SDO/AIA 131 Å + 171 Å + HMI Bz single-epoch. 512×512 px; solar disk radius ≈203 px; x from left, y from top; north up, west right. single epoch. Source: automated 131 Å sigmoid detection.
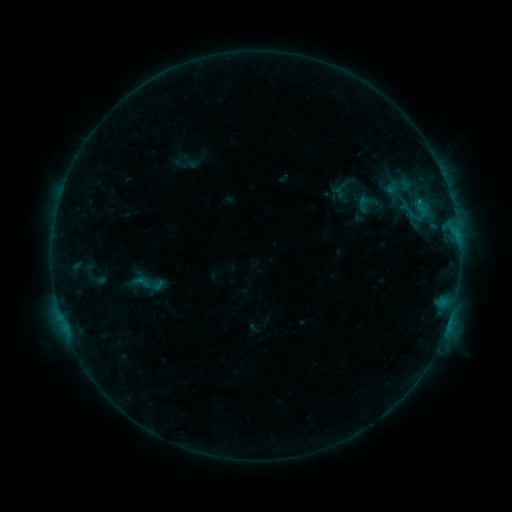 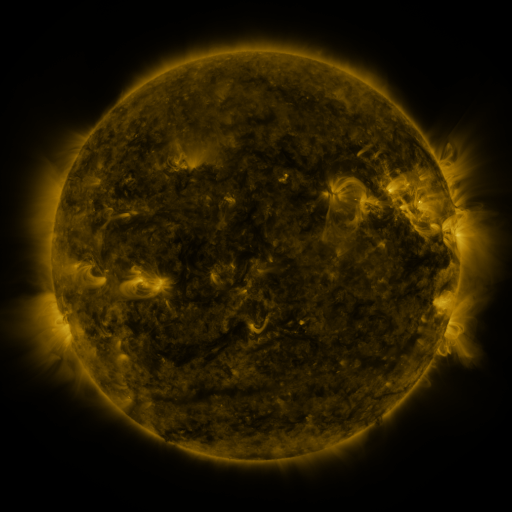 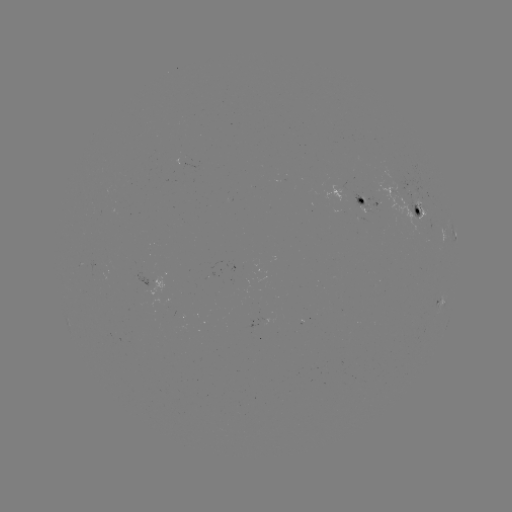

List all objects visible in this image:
sigmoid: (378, 167, 420, 204)
sigmoid: (395, 197, 422, 226)
sigmoid: (130, 273, 153, 291)
